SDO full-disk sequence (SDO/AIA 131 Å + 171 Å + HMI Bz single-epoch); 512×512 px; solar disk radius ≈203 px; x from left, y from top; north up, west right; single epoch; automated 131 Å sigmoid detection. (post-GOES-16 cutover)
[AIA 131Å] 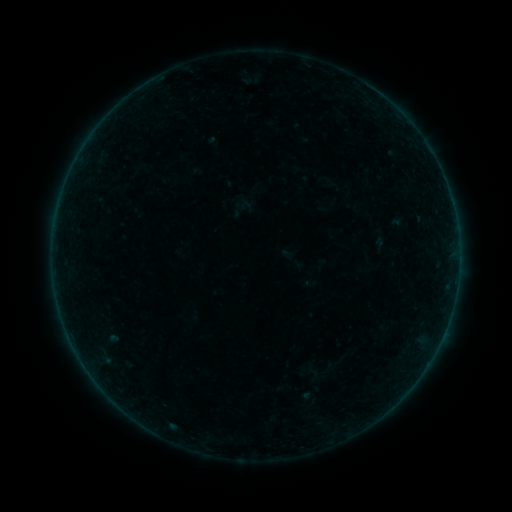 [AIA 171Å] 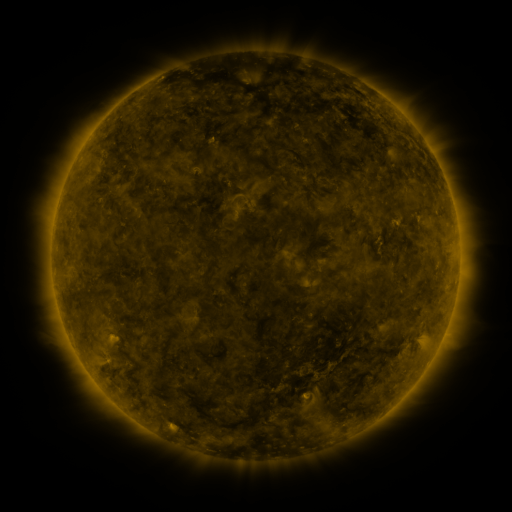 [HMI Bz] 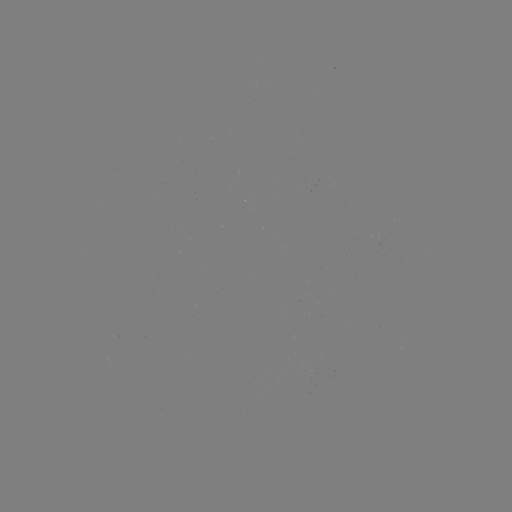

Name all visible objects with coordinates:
sigmoid: <bbox>314, 171, 341, 191</bbox>
sigmoid: <bbox>235, 197, 251, 213</bbox>
